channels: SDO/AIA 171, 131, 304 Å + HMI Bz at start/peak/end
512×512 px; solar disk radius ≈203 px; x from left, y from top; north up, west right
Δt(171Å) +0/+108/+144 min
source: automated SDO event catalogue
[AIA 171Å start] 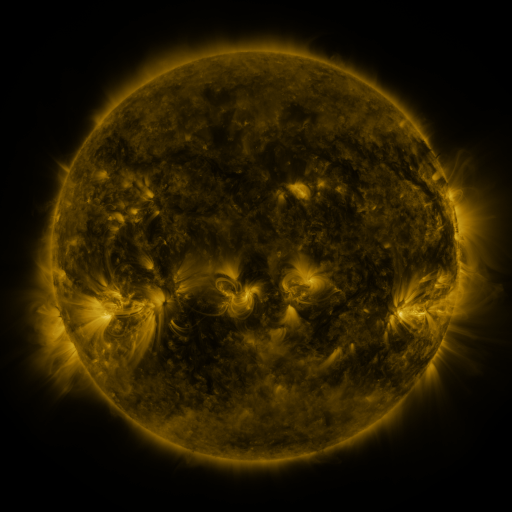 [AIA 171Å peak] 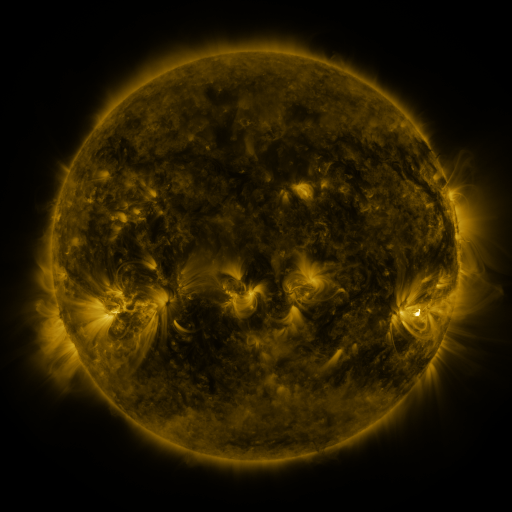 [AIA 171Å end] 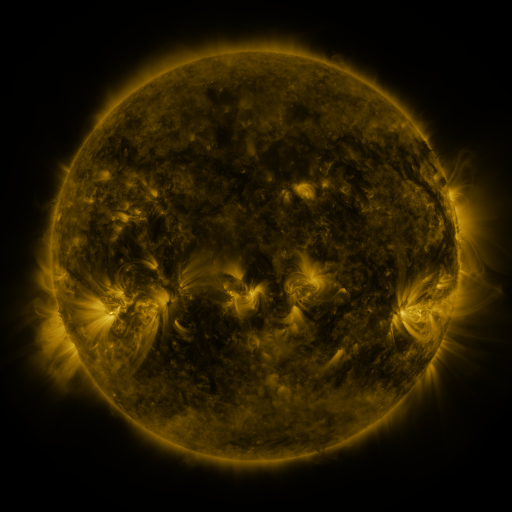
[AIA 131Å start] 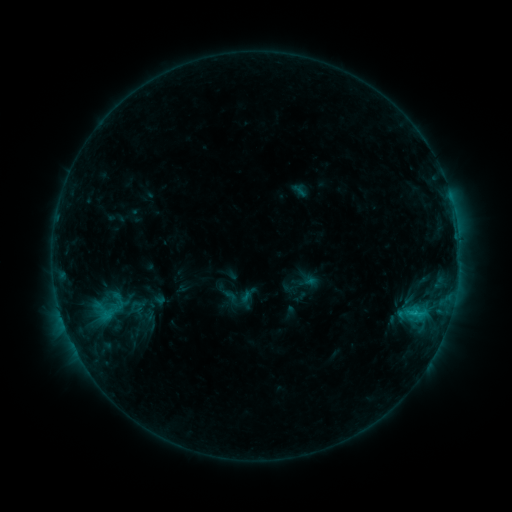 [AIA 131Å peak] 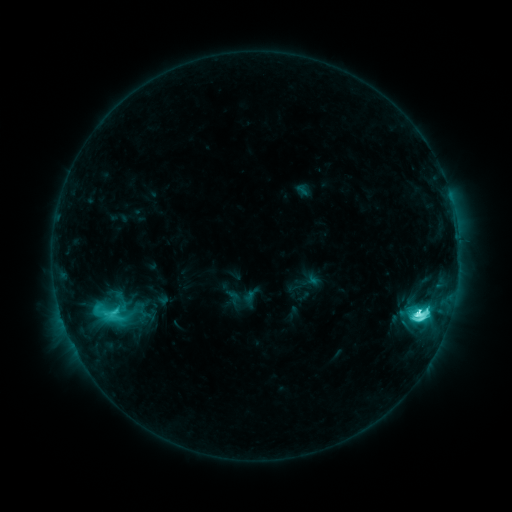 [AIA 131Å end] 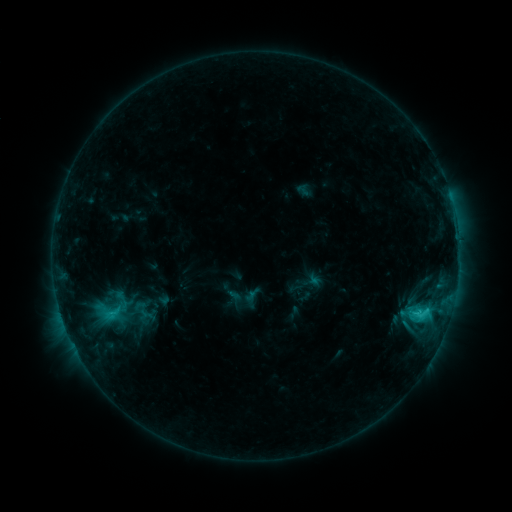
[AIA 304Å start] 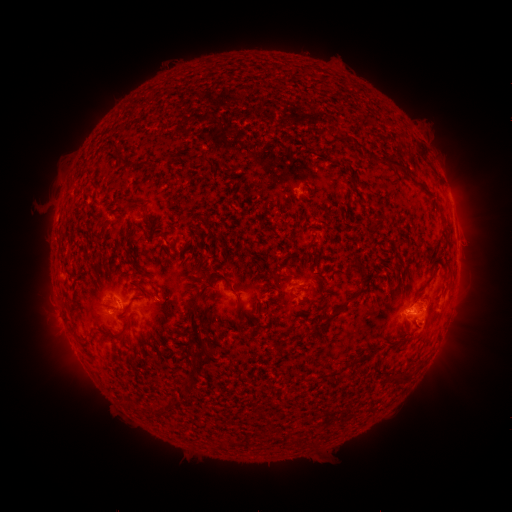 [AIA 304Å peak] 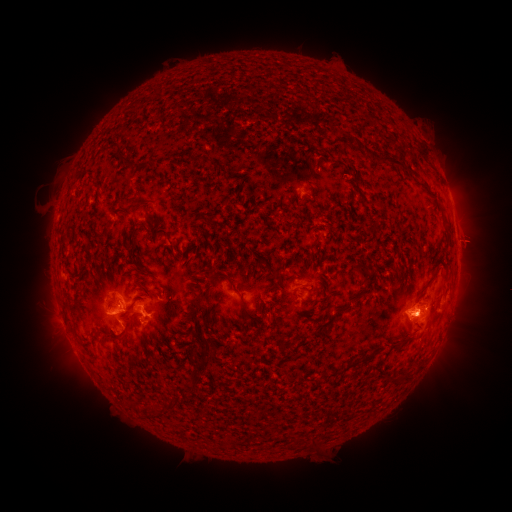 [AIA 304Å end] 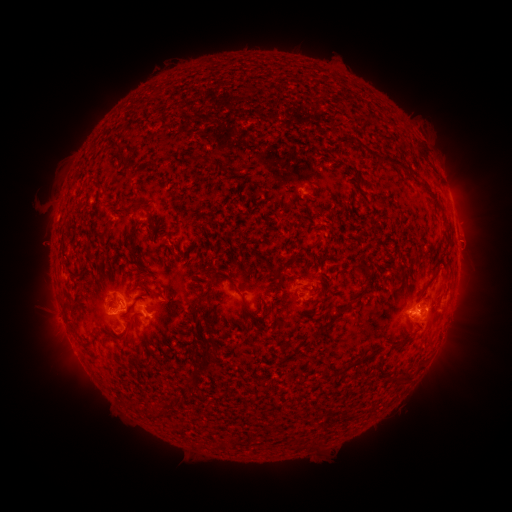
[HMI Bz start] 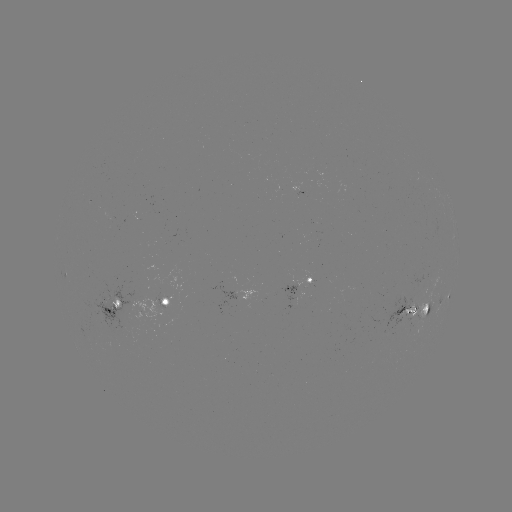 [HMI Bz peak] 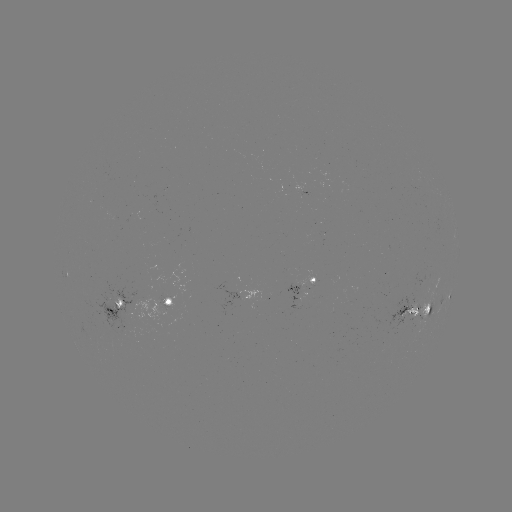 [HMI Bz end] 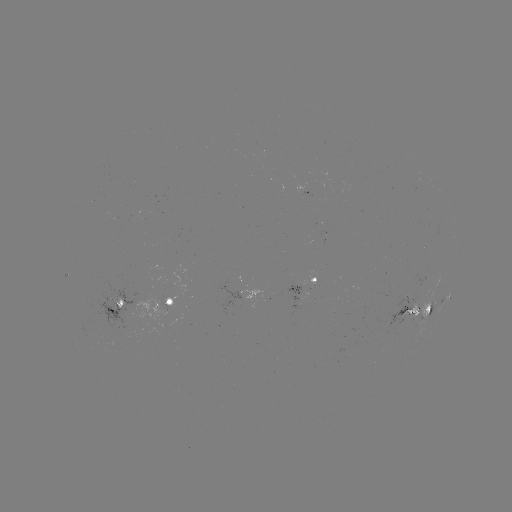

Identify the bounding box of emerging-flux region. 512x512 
[214, 287, 261, 317].